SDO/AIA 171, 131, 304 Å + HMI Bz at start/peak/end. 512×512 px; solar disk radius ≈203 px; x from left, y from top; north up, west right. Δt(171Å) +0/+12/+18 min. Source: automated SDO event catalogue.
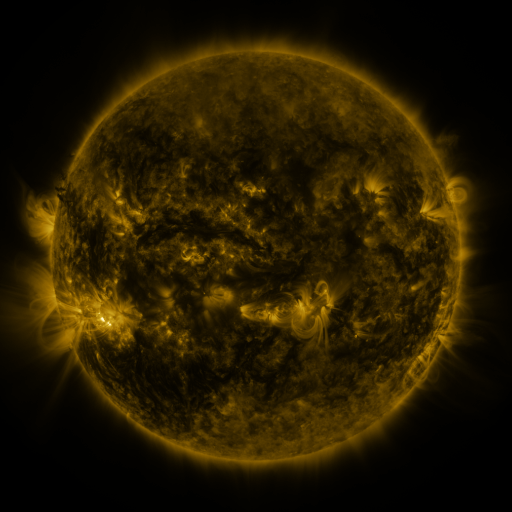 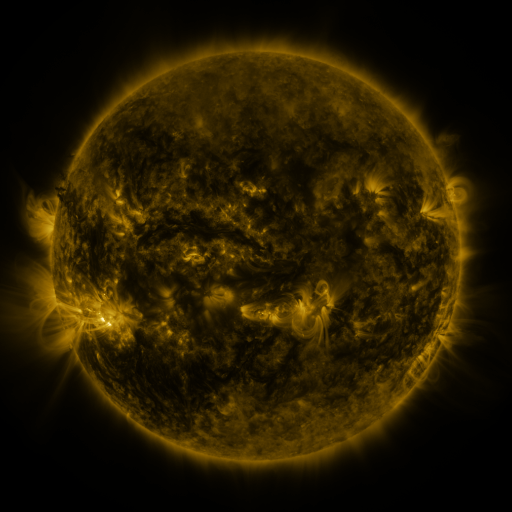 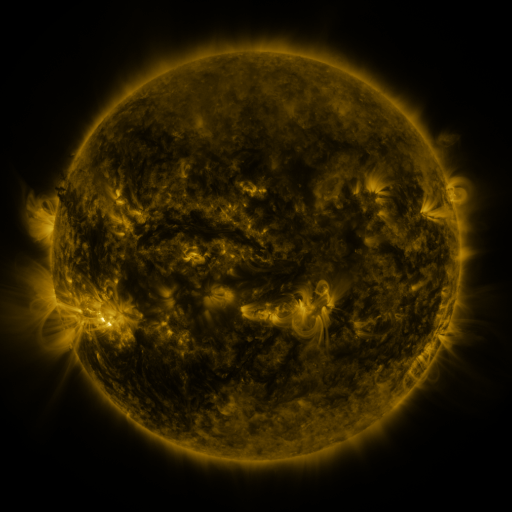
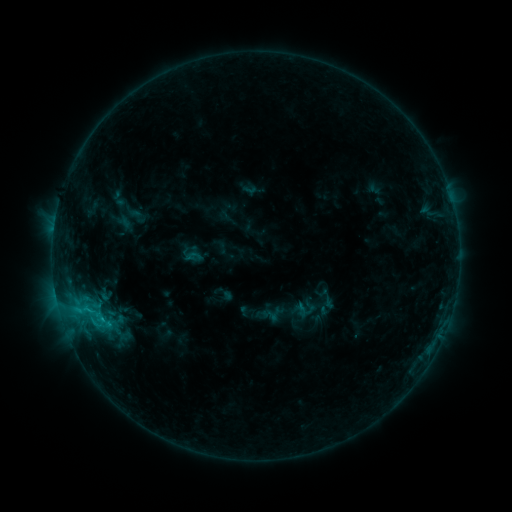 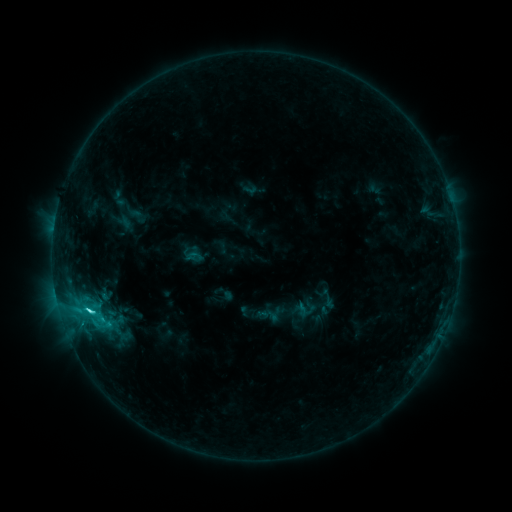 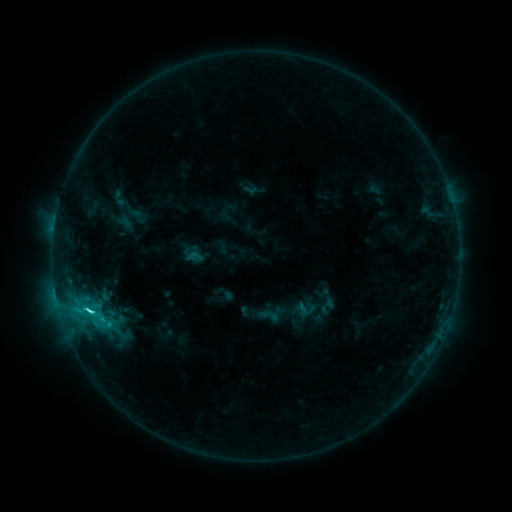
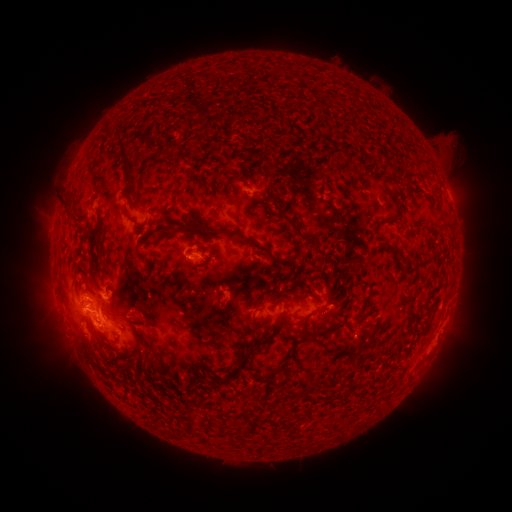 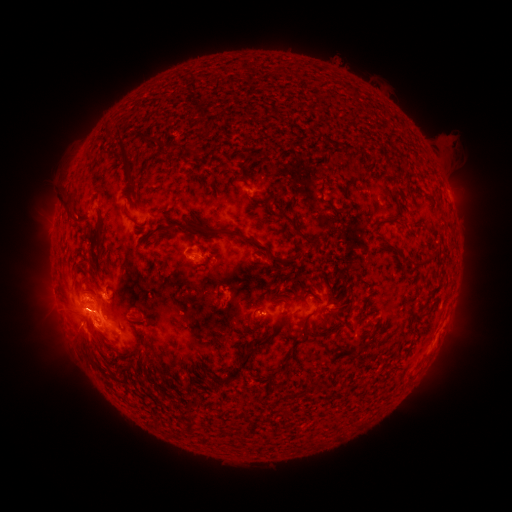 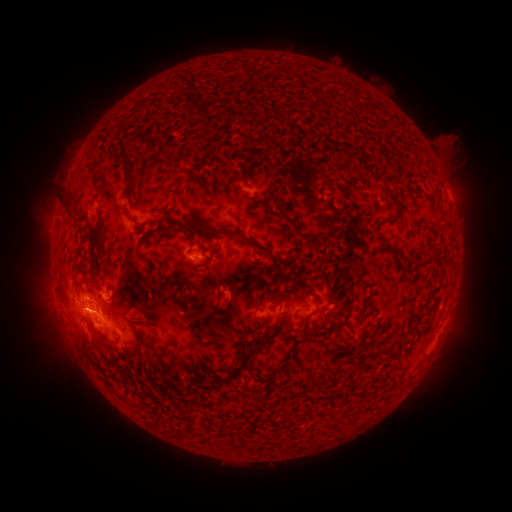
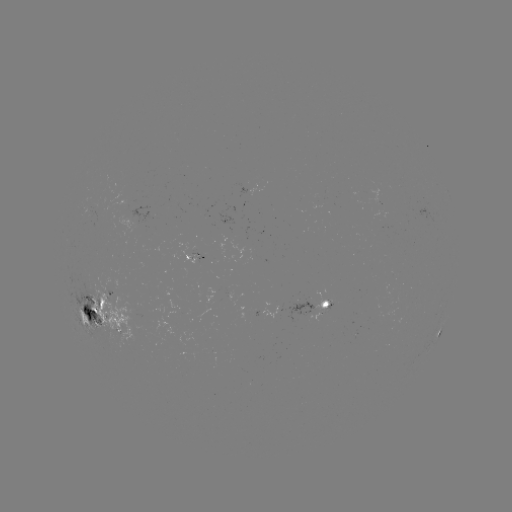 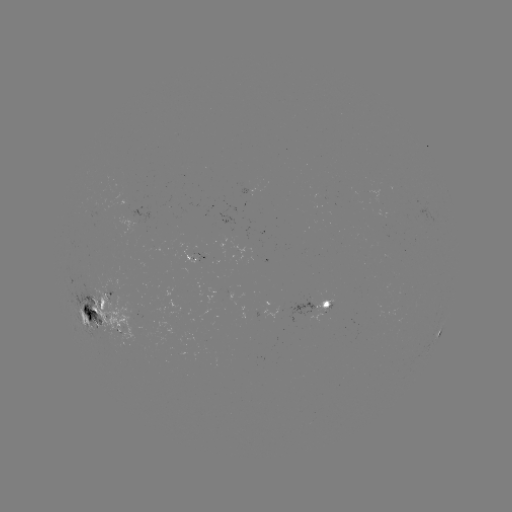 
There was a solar flare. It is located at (88, 308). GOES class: C4.2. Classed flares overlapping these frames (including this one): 1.